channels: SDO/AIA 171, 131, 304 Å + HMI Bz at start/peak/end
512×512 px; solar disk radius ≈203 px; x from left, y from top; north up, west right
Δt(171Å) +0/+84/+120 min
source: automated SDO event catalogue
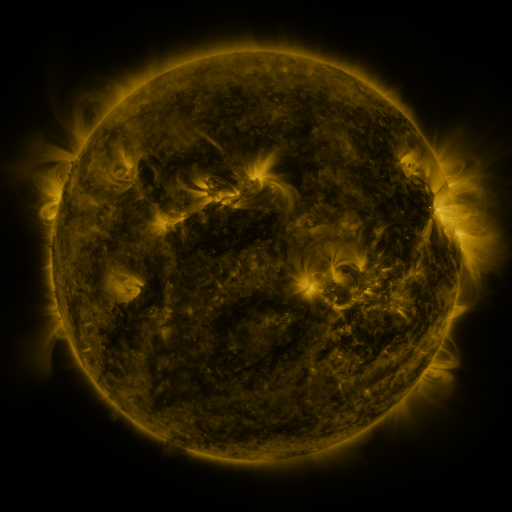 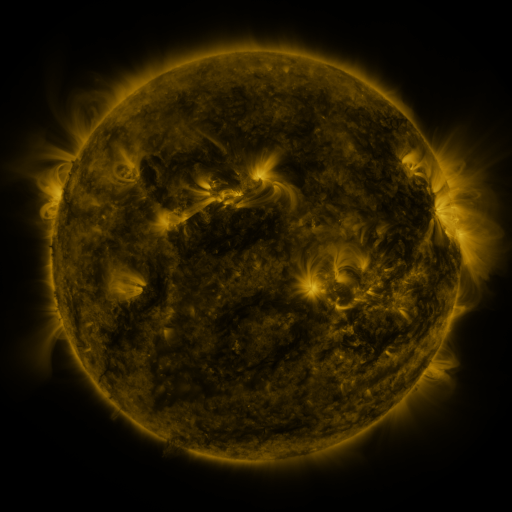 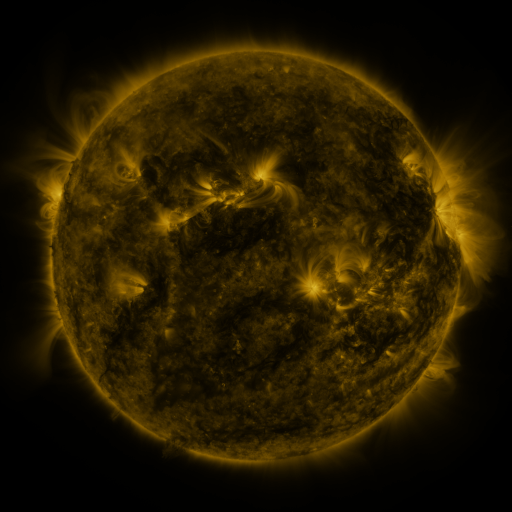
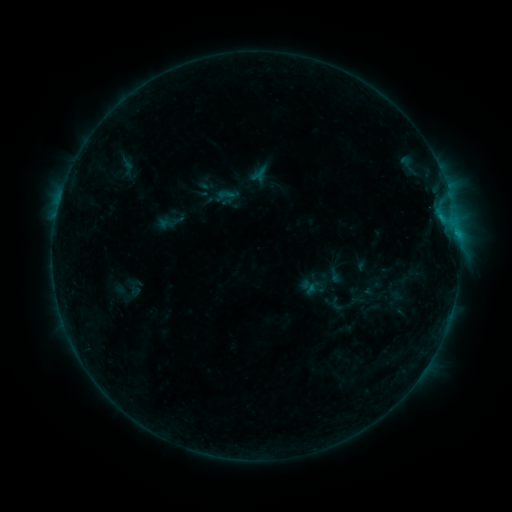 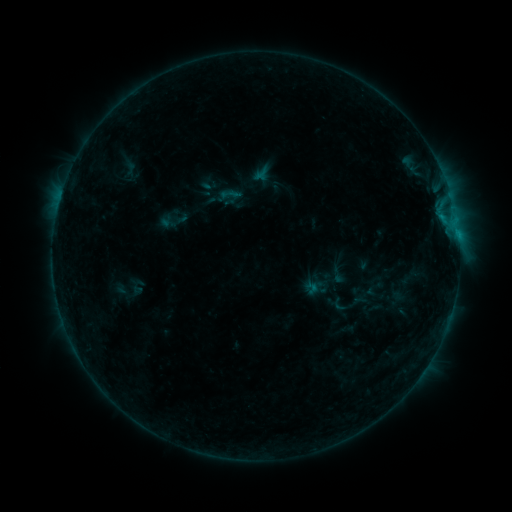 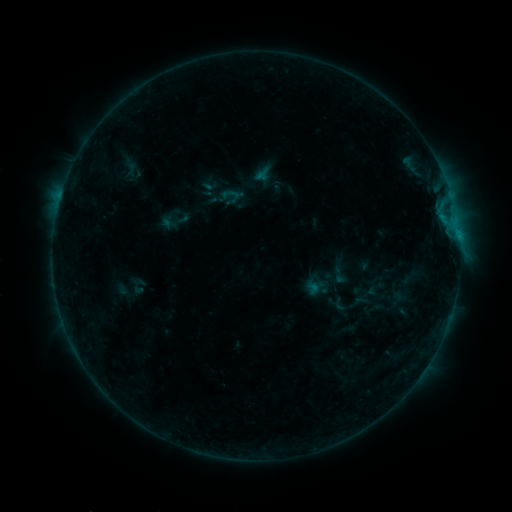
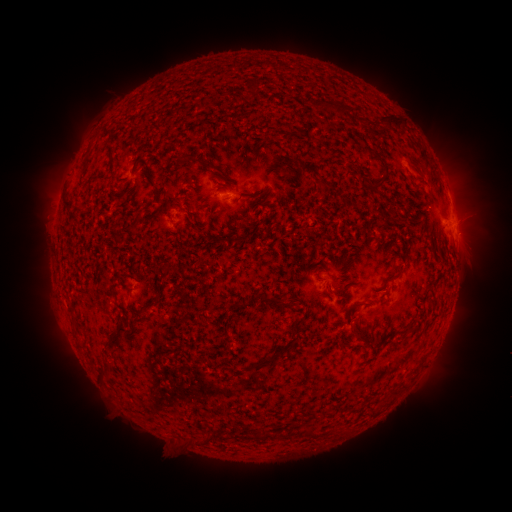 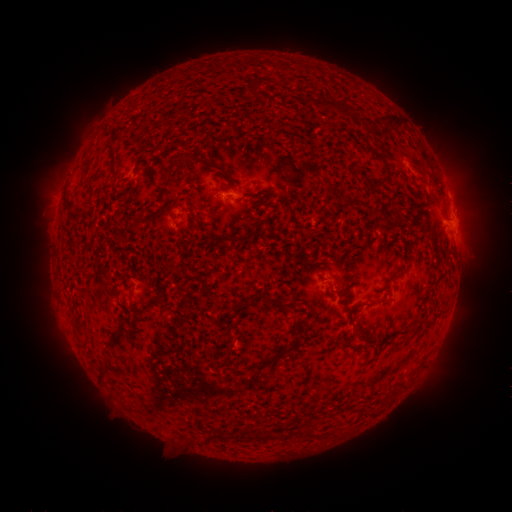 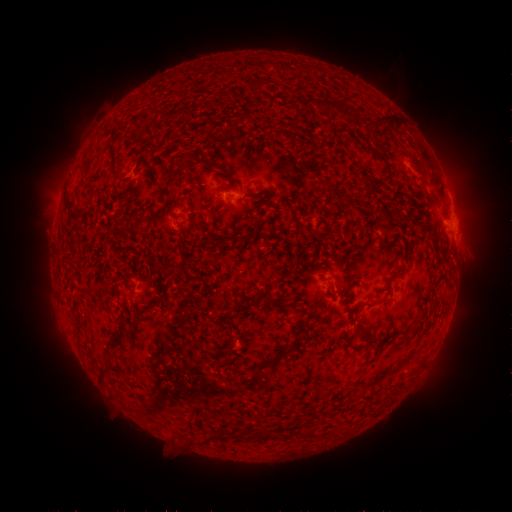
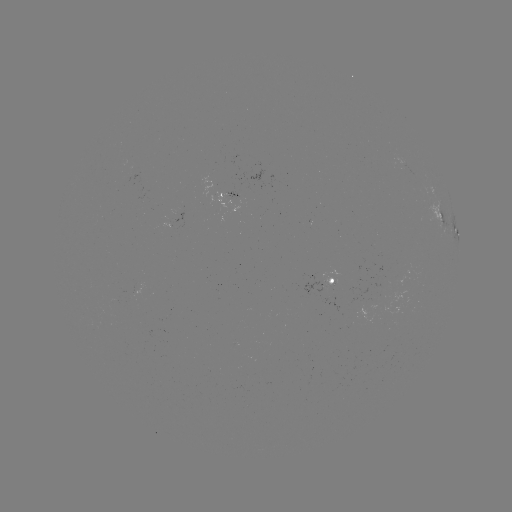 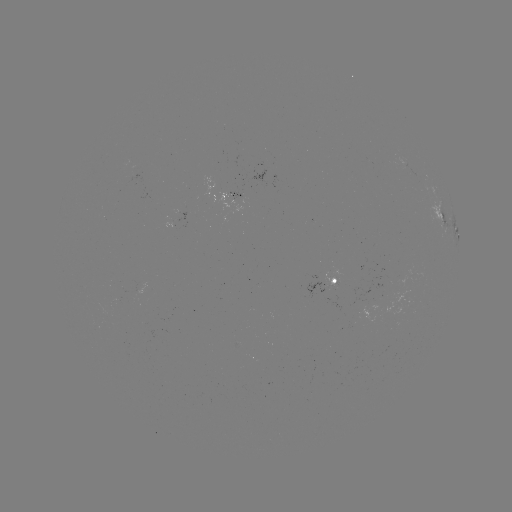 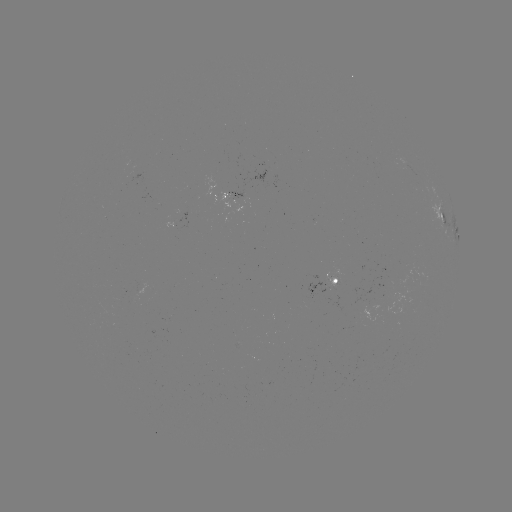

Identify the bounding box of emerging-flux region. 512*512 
[164, 224, 176, 231].